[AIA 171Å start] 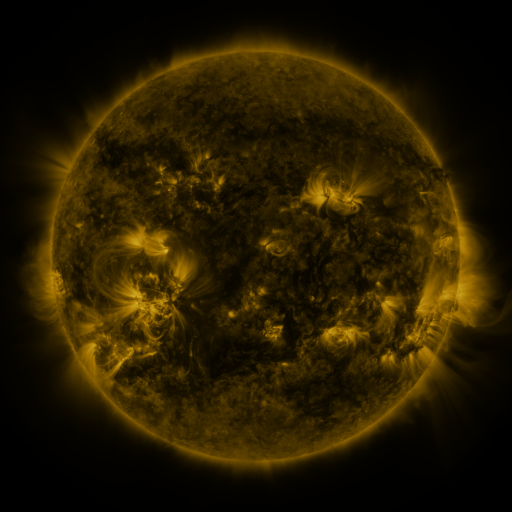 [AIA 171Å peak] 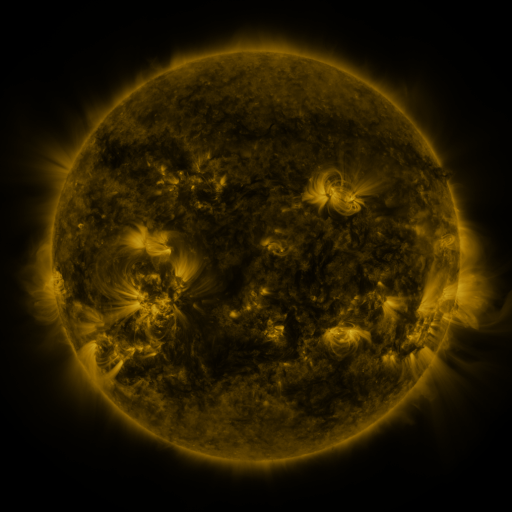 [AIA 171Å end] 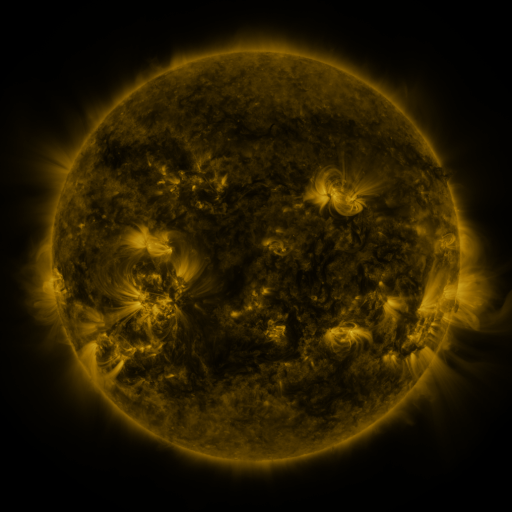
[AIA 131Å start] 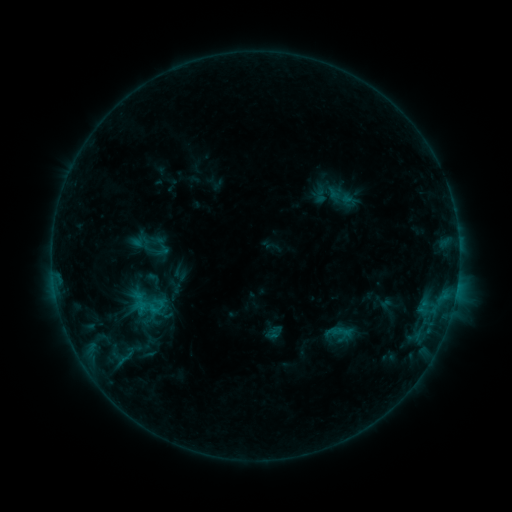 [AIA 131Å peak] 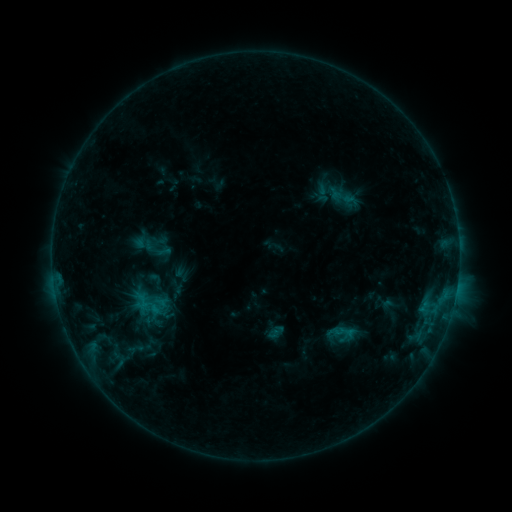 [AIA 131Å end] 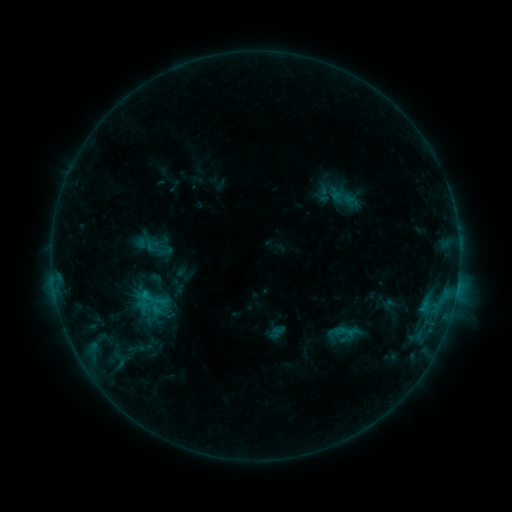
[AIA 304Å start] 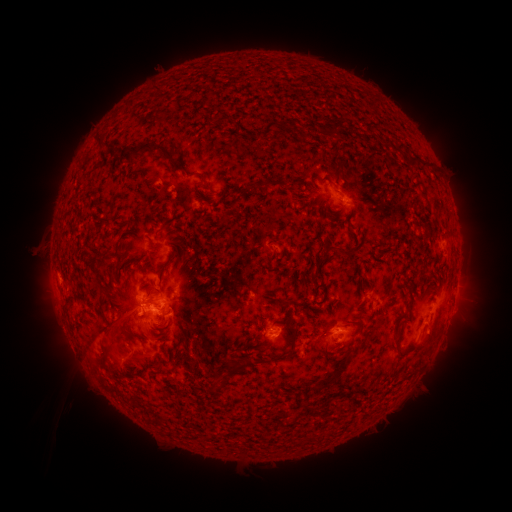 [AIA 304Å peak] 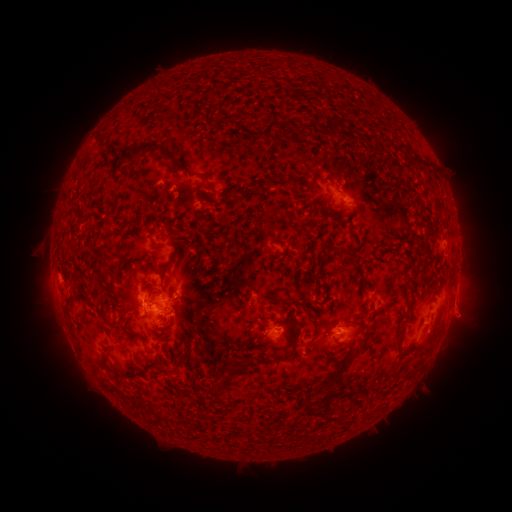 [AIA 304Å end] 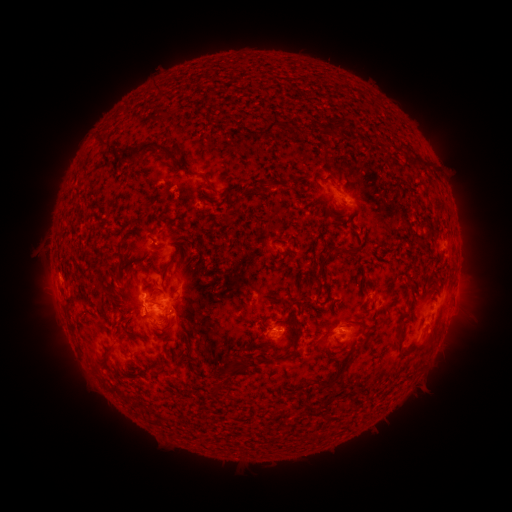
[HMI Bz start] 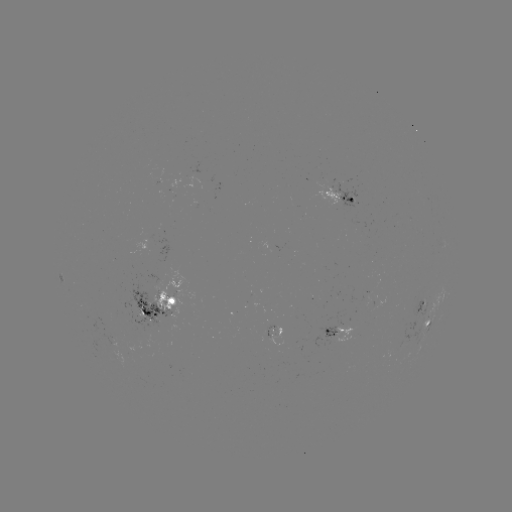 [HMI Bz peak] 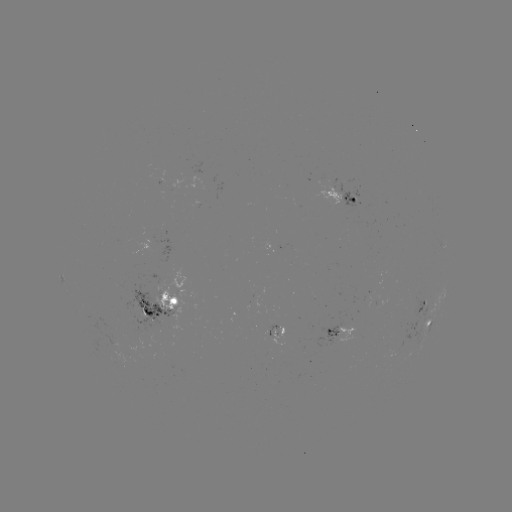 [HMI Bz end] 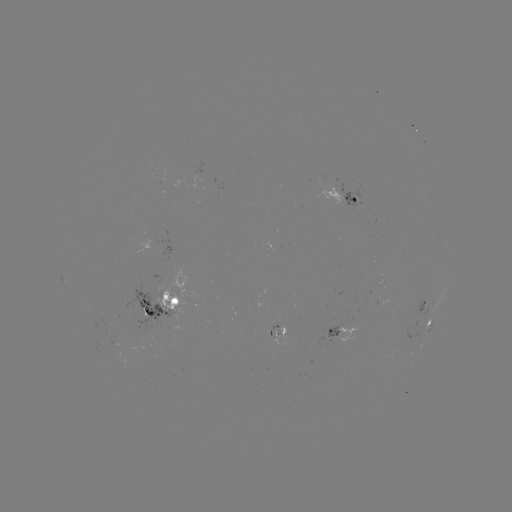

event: emerging-flux region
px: (156, 285)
